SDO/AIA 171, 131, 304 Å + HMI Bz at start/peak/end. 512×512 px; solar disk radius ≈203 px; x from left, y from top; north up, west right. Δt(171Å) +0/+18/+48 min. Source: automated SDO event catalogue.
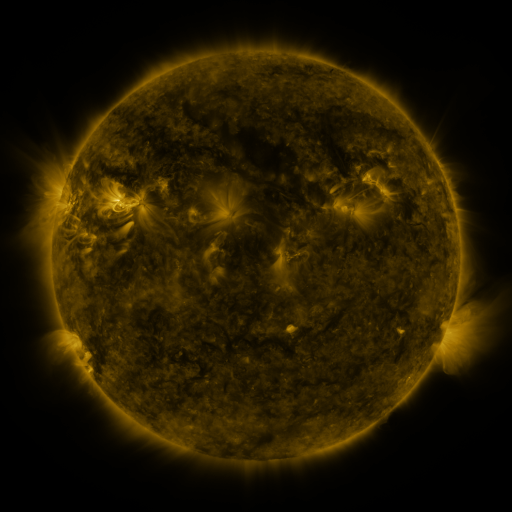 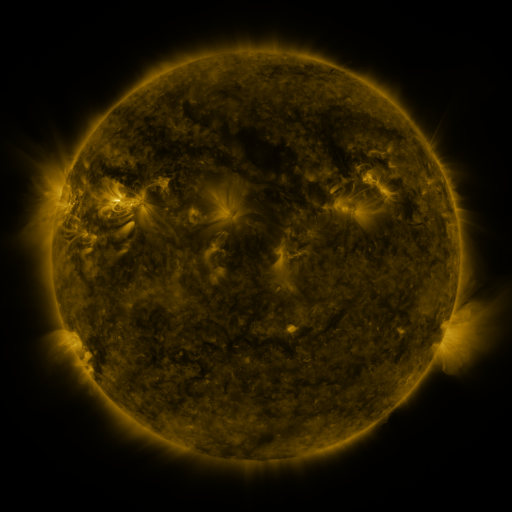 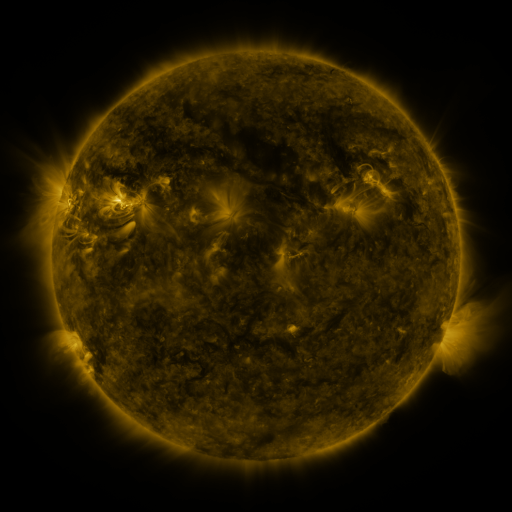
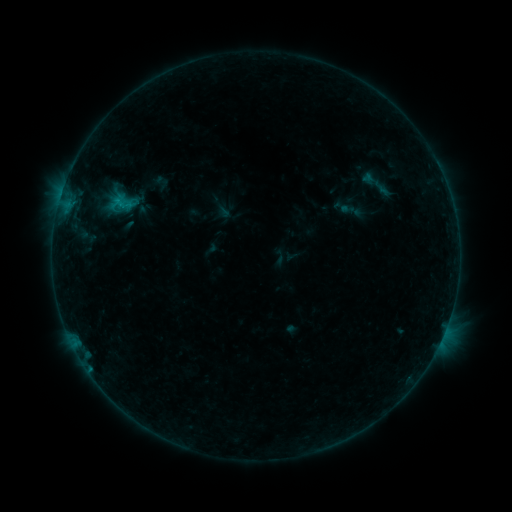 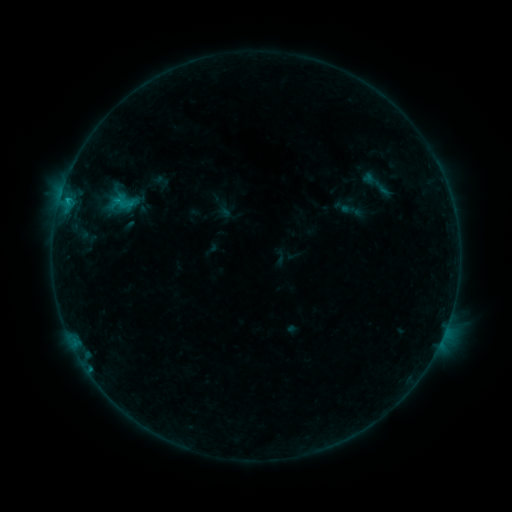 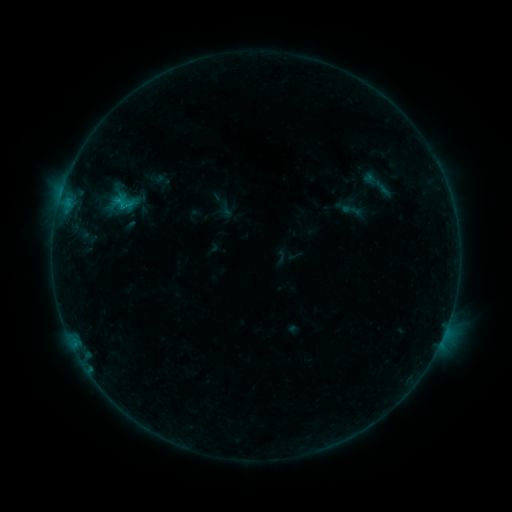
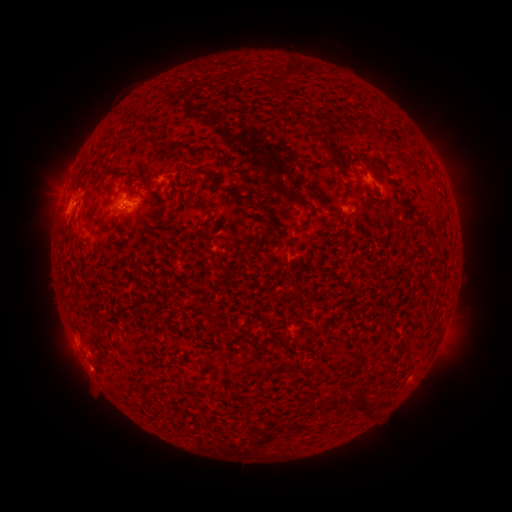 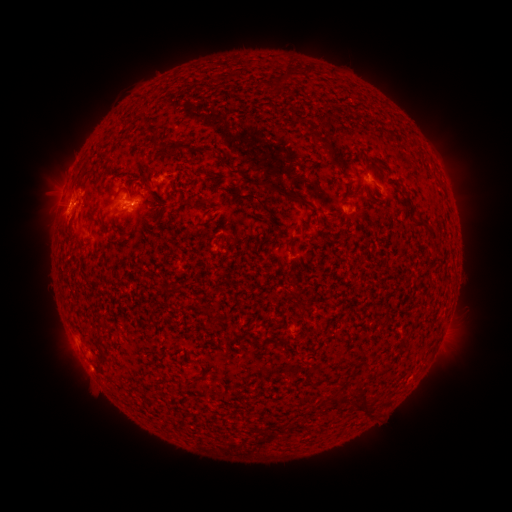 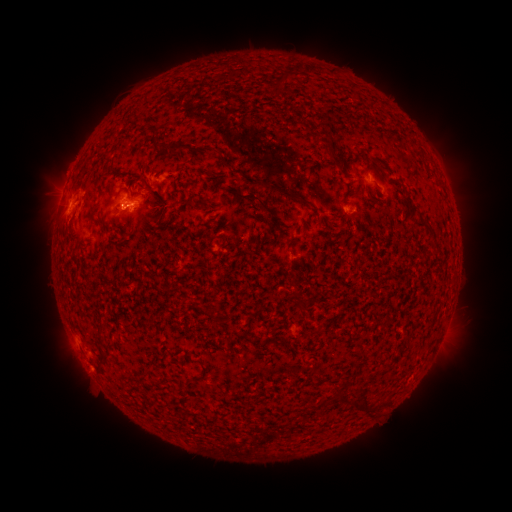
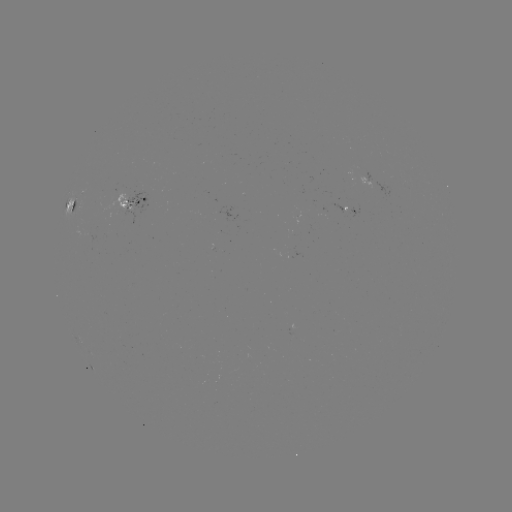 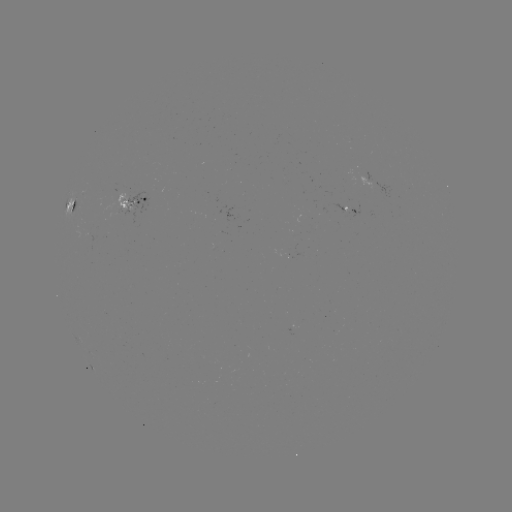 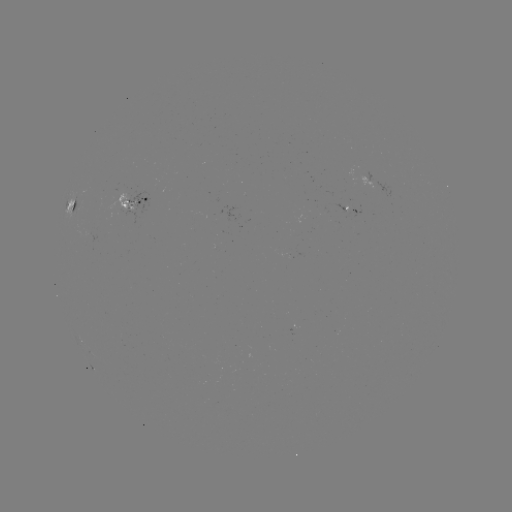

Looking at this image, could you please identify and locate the B8.3 flare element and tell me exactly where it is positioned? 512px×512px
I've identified B8.3 flare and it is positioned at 68,201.